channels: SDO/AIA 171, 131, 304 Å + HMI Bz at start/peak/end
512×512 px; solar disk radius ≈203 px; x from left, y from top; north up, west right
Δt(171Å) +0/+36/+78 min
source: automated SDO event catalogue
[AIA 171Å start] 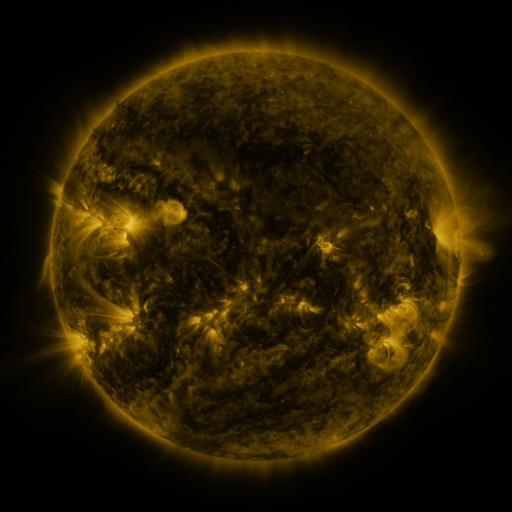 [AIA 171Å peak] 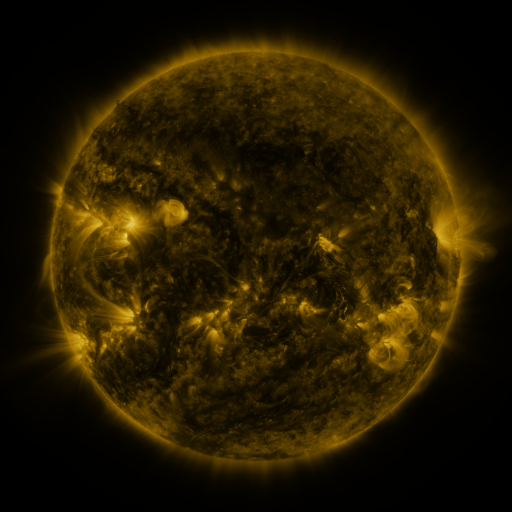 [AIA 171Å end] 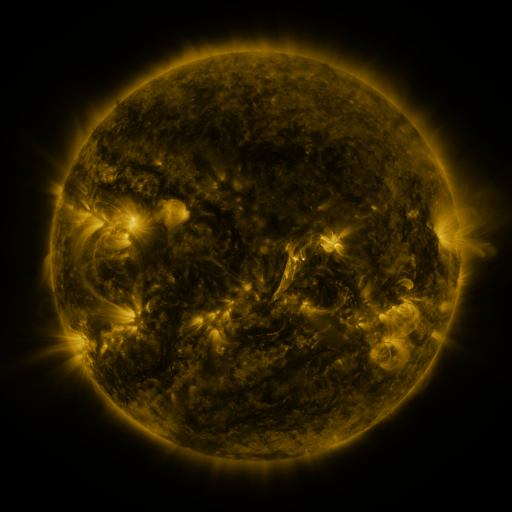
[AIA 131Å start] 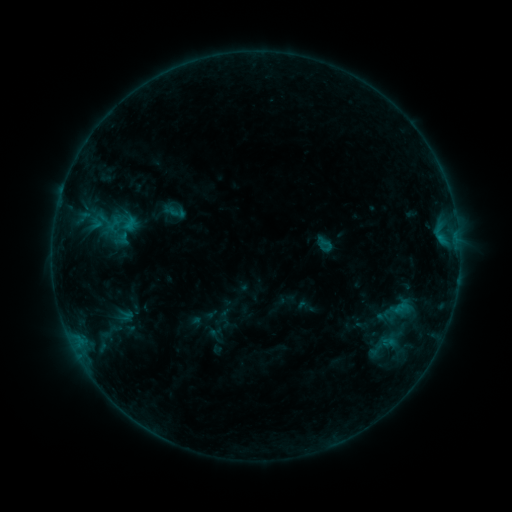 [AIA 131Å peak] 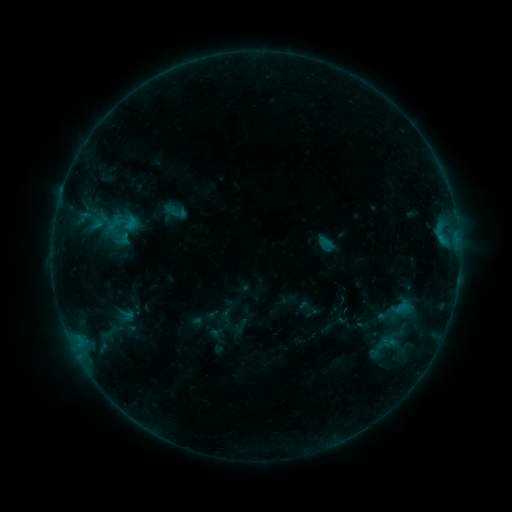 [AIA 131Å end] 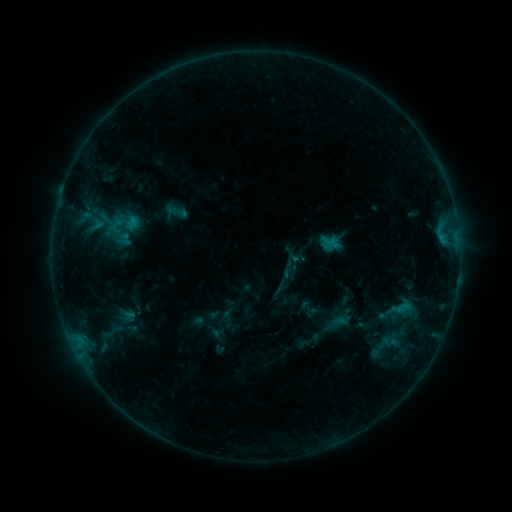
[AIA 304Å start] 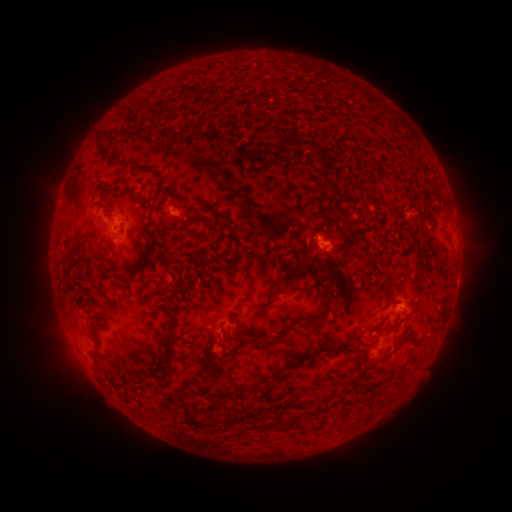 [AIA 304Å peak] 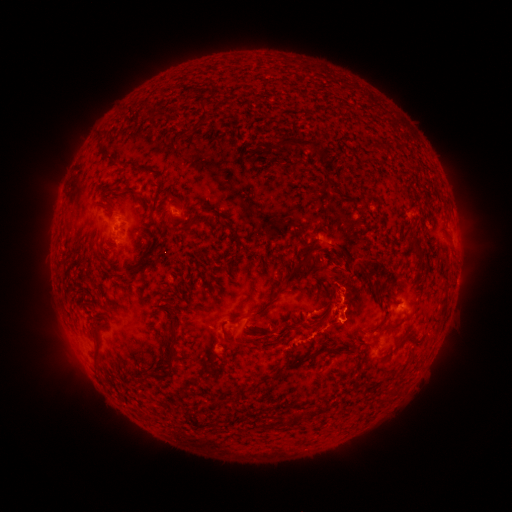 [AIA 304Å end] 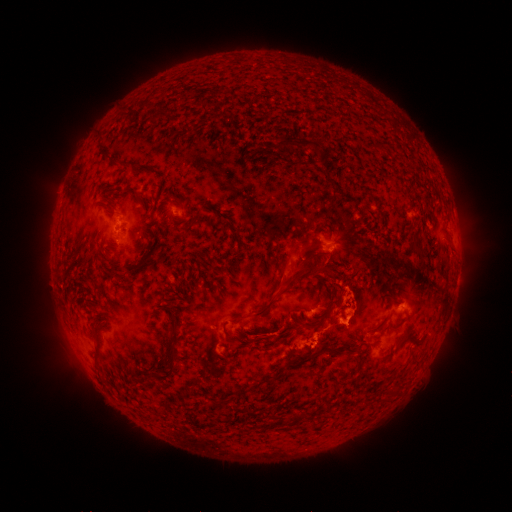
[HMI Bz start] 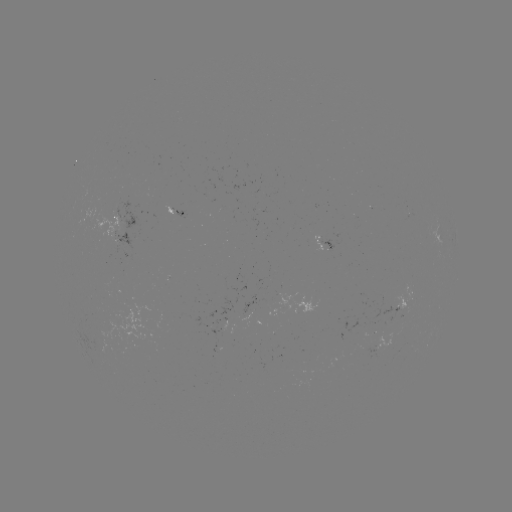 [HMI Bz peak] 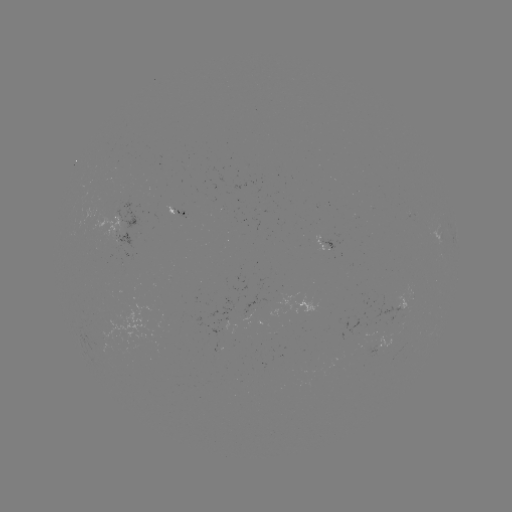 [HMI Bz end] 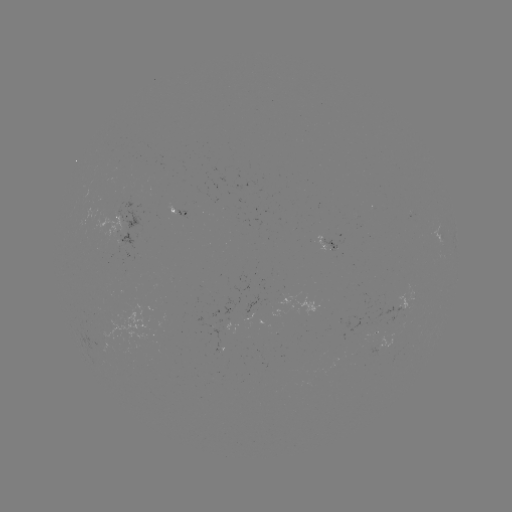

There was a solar eruption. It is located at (347, 279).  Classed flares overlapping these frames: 1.